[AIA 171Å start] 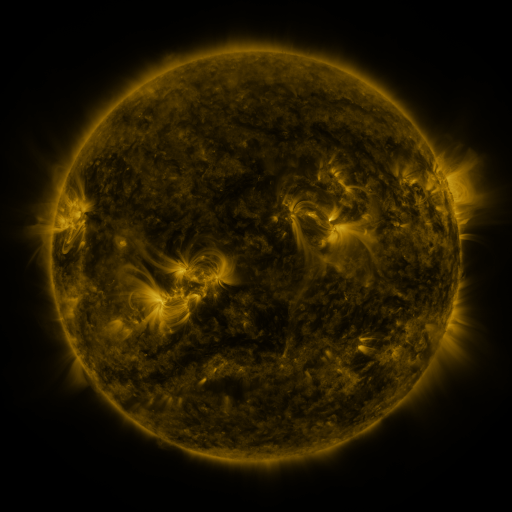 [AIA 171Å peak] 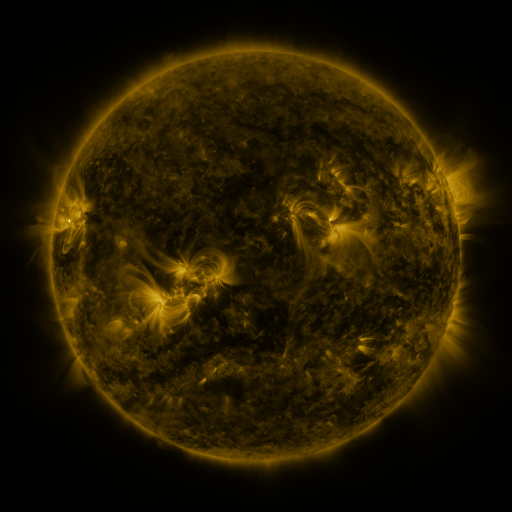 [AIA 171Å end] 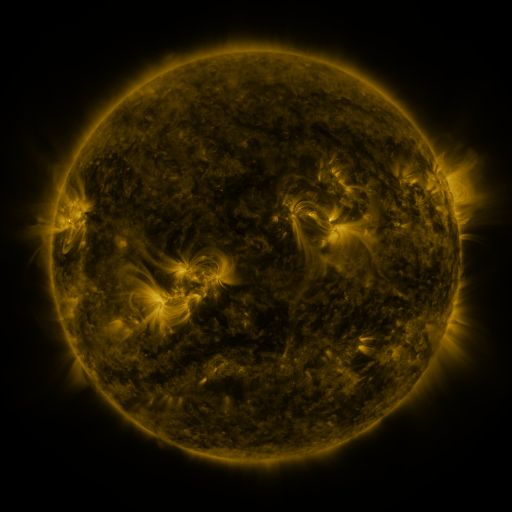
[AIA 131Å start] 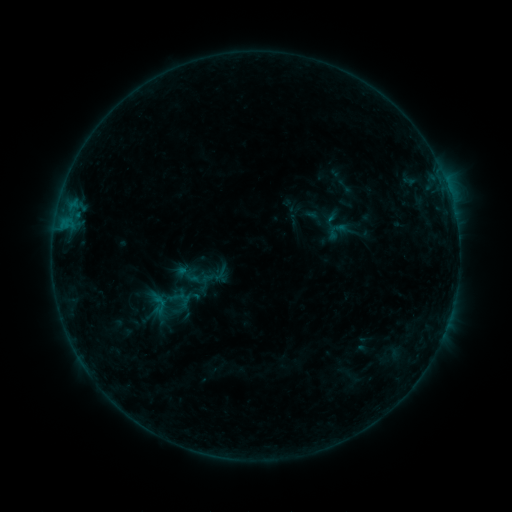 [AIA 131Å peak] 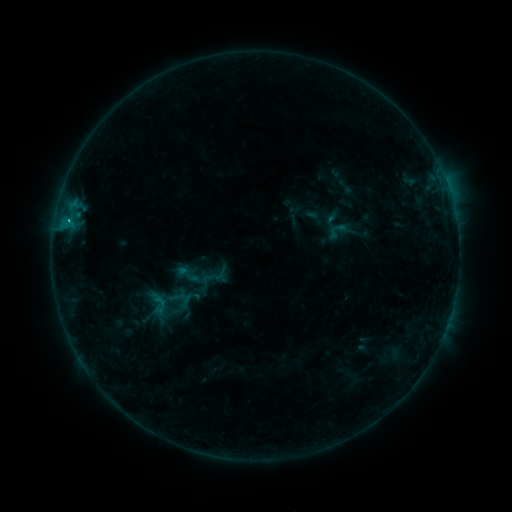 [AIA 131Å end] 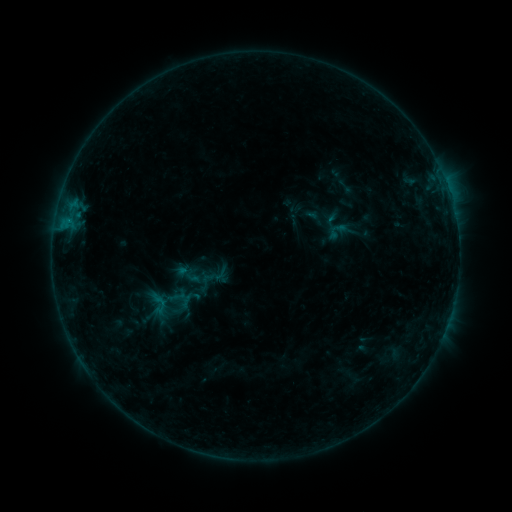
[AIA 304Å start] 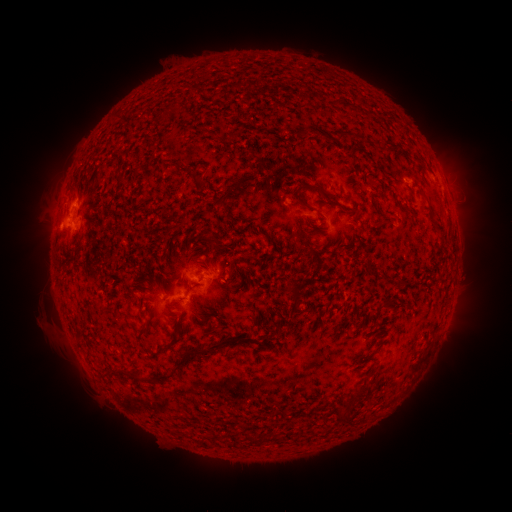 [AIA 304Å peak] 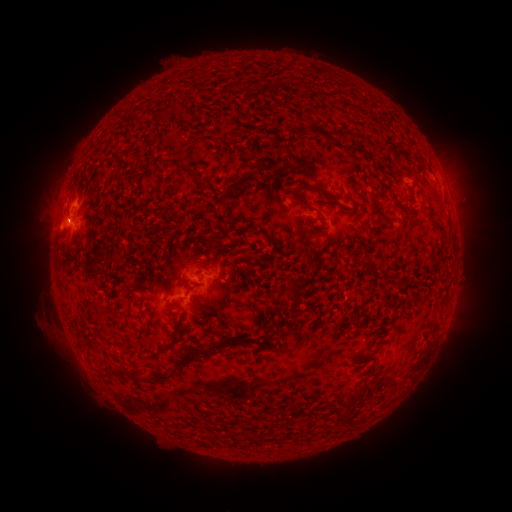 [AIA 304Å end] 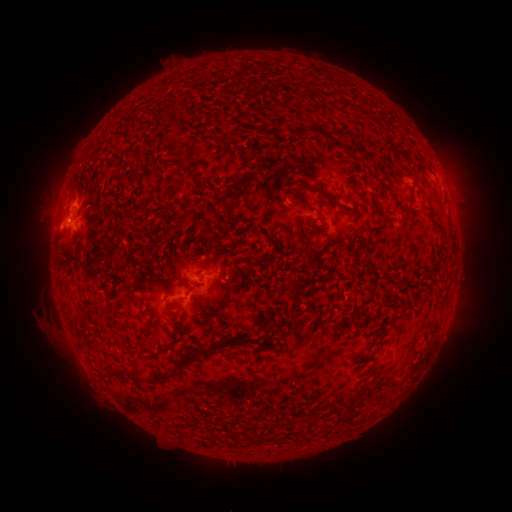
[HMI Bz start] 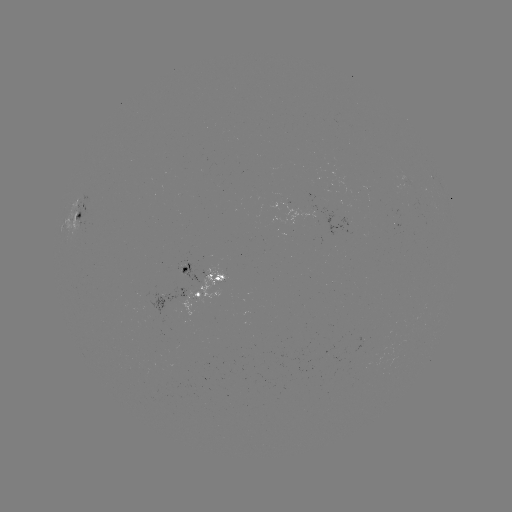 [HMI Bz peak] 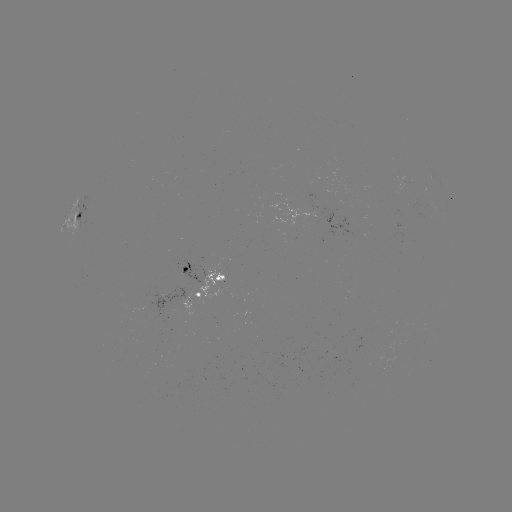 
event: flare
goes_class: B4.4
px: (68, 222)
